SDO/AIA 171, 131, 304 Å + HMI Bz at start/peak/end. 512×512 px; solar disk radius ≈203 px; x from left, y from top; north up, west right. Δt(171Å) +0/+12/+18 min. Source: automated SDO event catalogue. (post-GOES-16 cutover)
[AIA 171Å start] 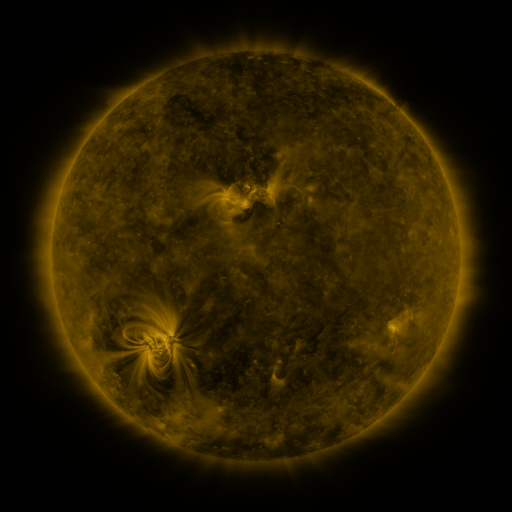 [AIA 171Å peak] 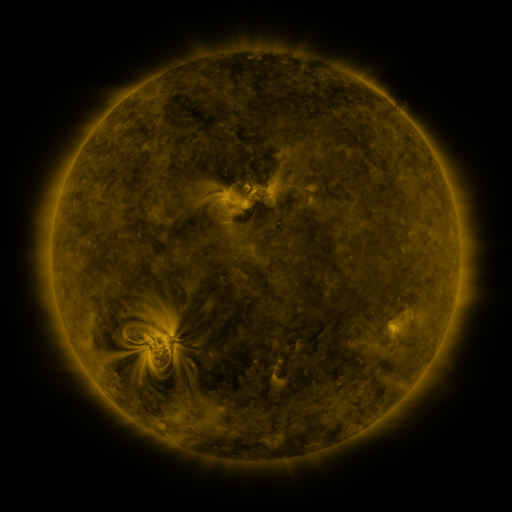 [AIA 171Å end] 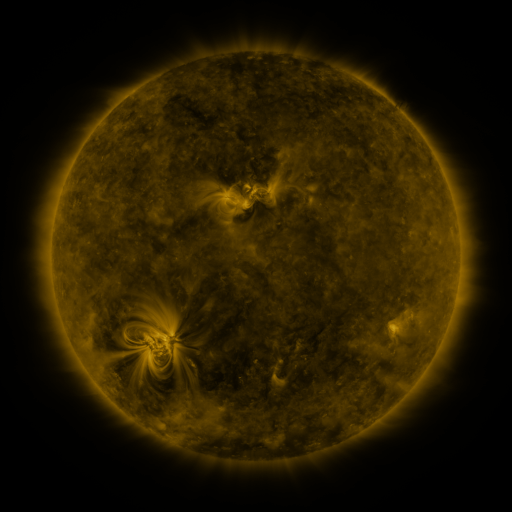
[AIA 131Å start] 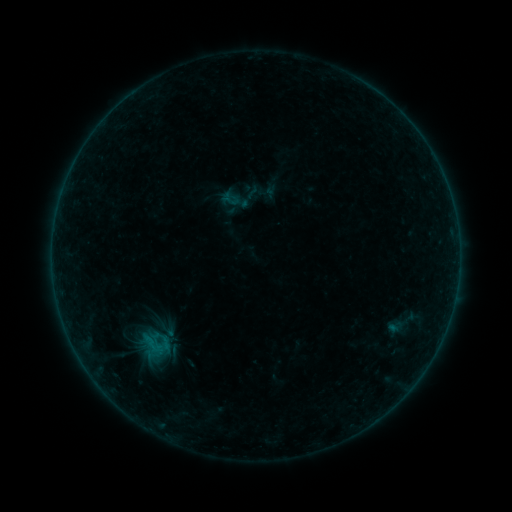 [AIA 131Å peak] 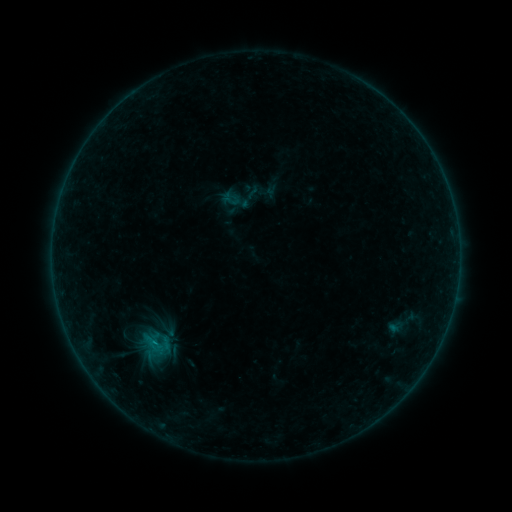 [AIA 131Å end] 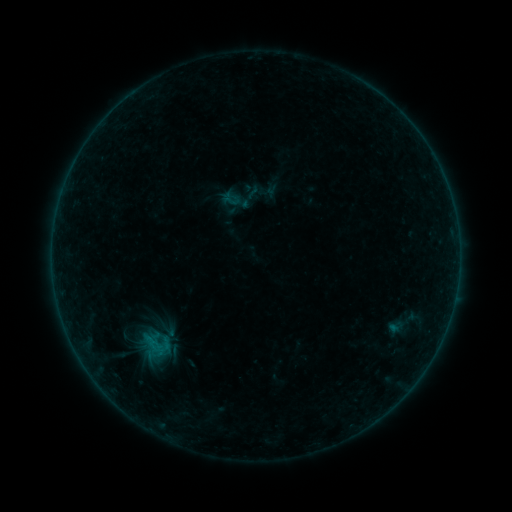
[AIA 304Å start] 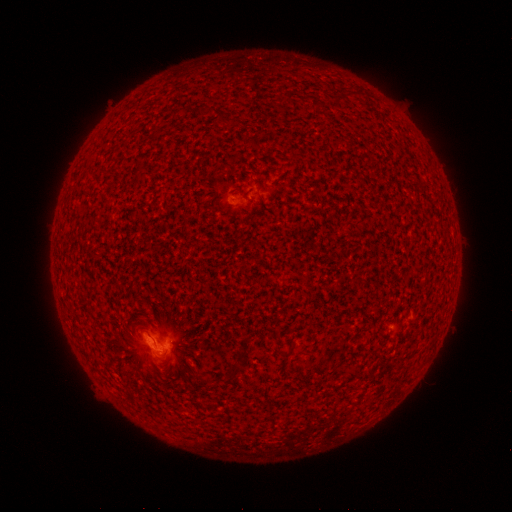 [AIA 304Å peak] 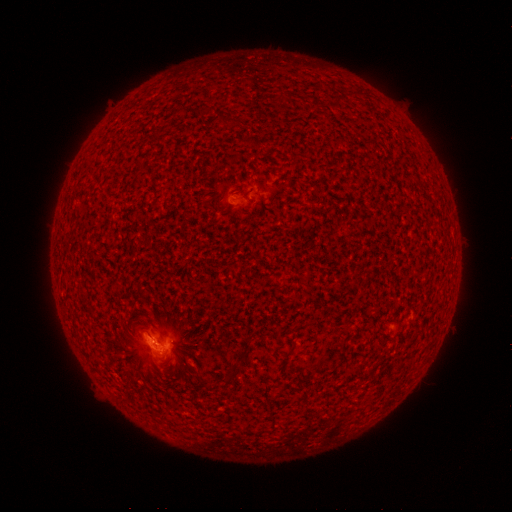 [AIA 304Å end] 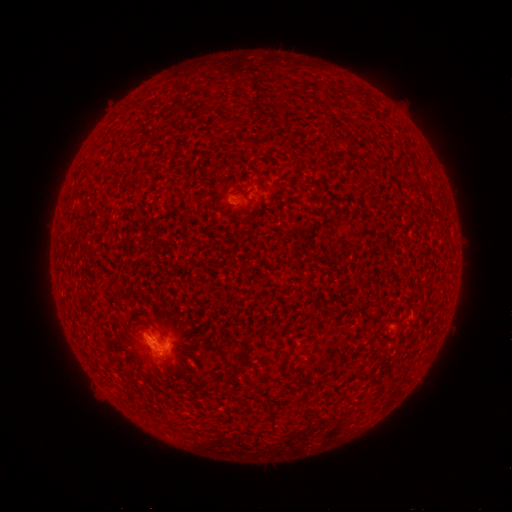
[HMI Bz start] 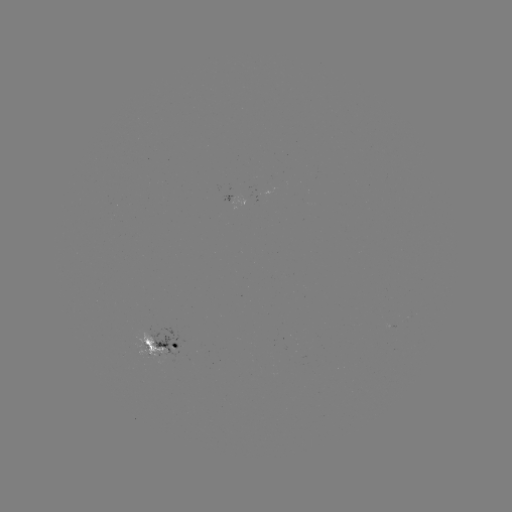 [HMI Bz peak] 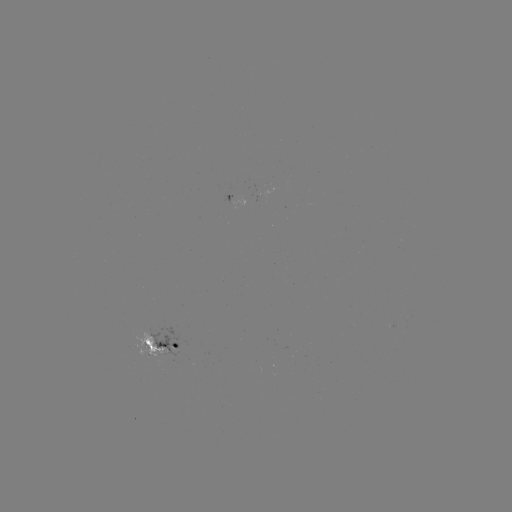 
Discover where B3.6 flare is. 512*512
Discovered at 155,339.